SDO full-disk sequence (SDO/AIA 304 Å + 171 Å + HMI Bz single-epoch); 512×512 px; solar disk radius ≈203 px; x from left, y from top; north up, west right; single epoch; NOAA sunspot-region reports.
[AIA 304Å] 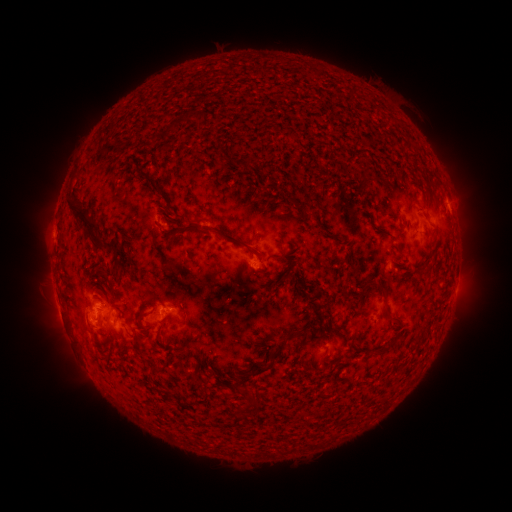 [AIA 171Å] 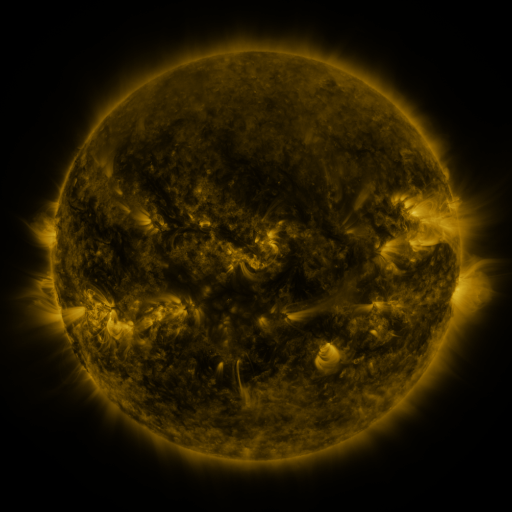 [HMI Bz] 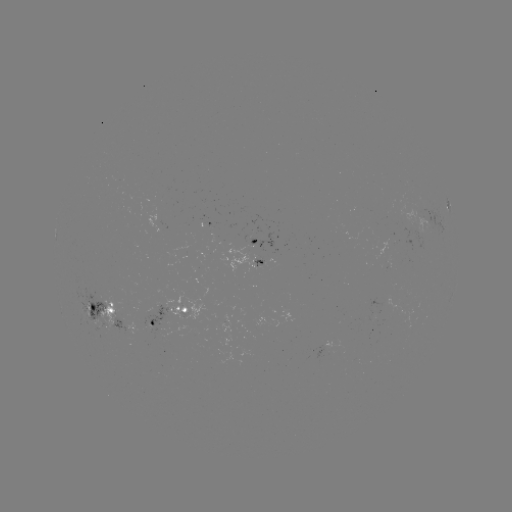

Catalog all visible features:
spotted active region: (448, 208)
spotted active region: (259, 241)
spotted active region: (263, 263)
spotted active region: (102, 310)
spotted active region: (171, 313)
spotted active region: (137, 327)
